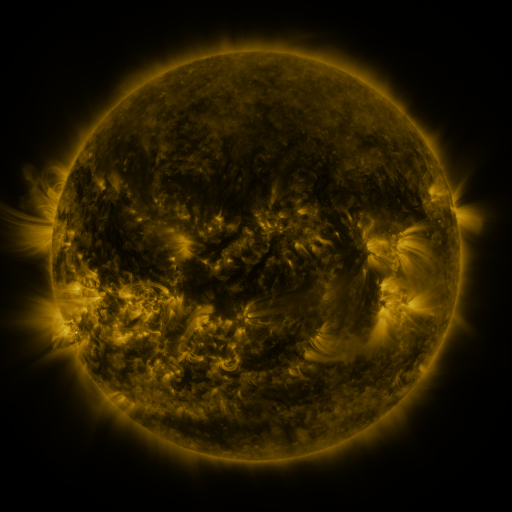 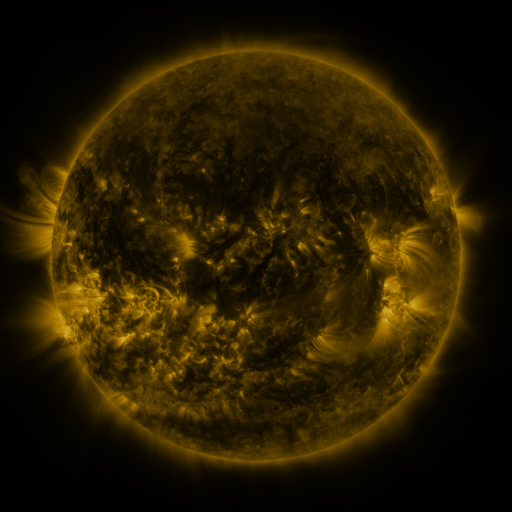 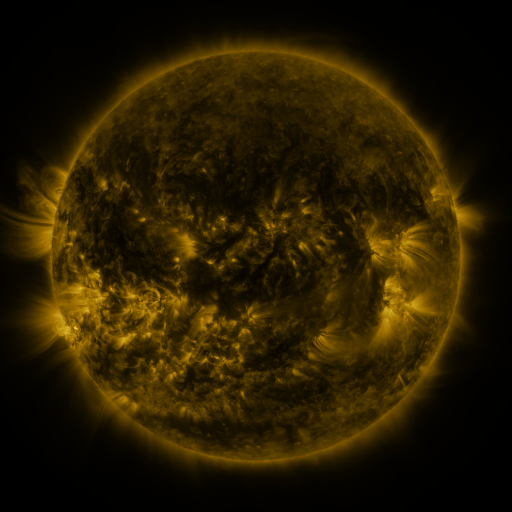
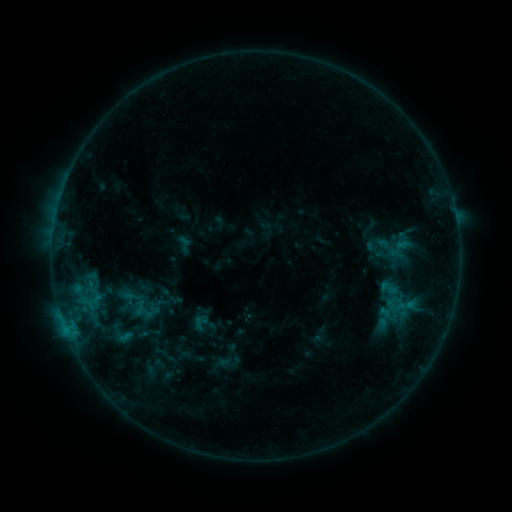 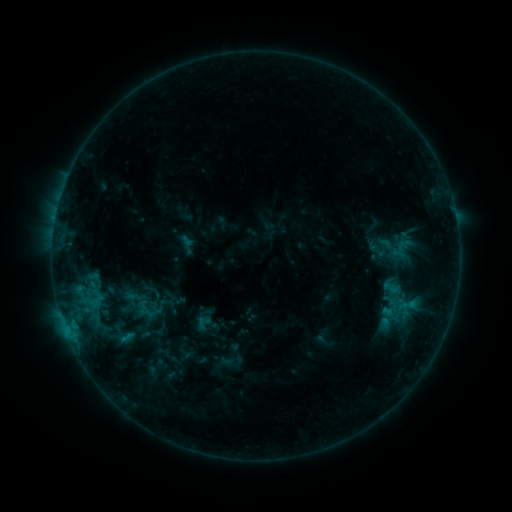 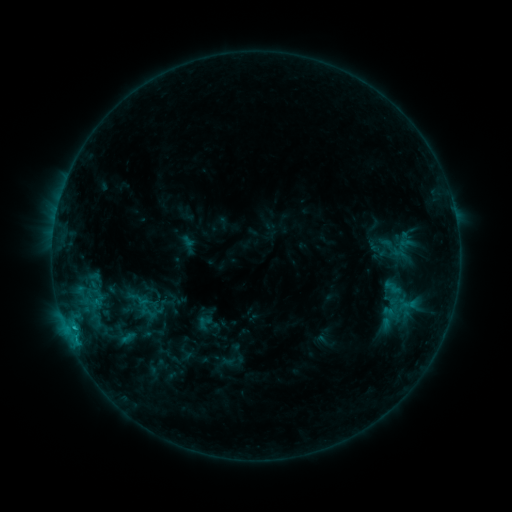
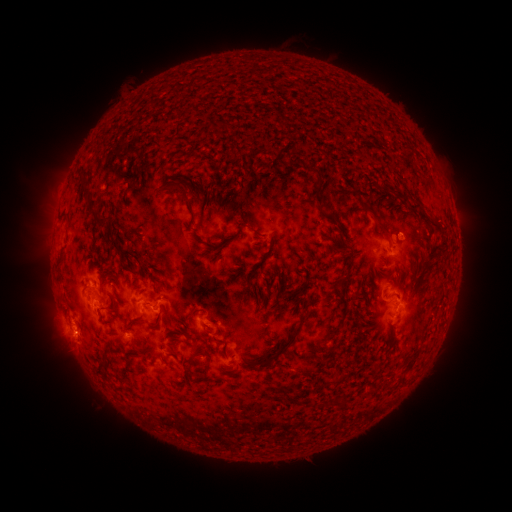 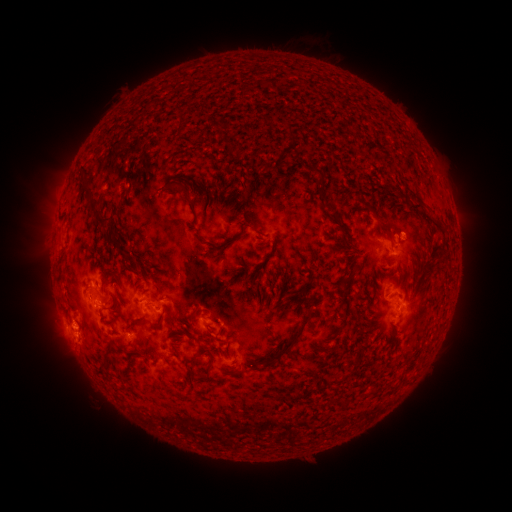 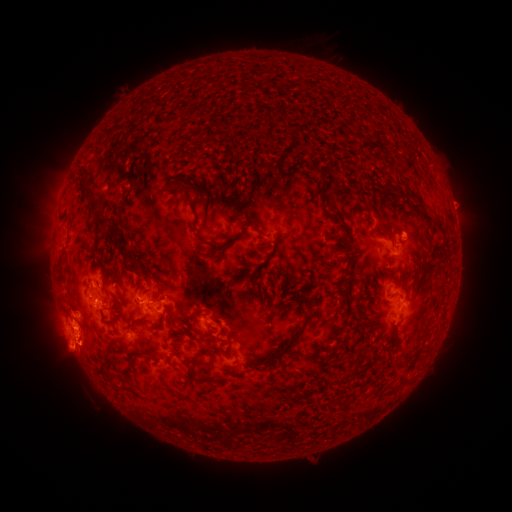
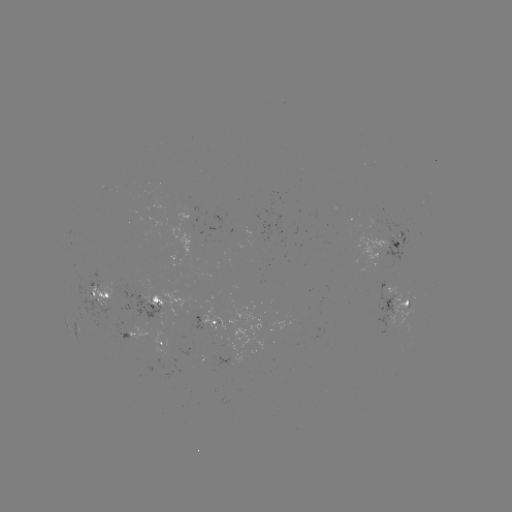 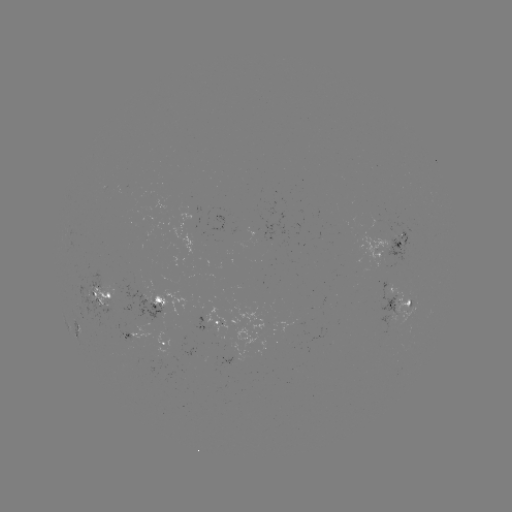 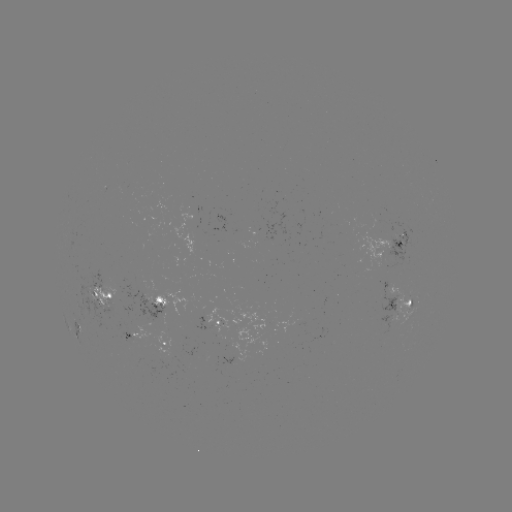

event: emerging-flux region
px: (379, 232)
